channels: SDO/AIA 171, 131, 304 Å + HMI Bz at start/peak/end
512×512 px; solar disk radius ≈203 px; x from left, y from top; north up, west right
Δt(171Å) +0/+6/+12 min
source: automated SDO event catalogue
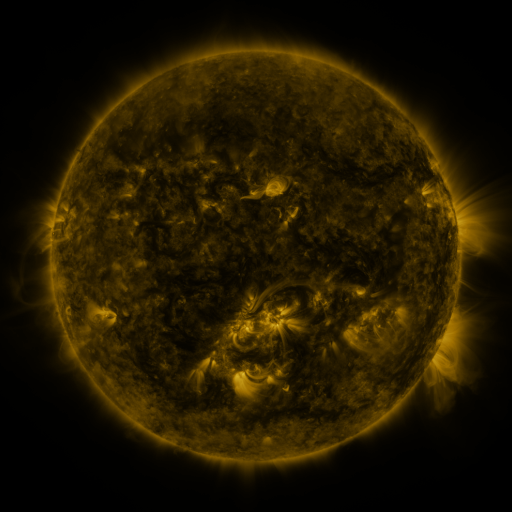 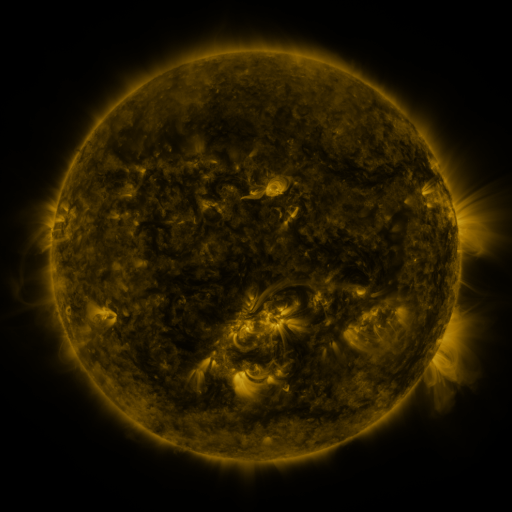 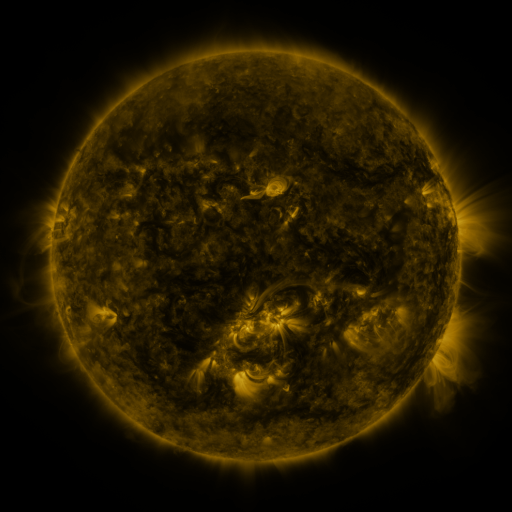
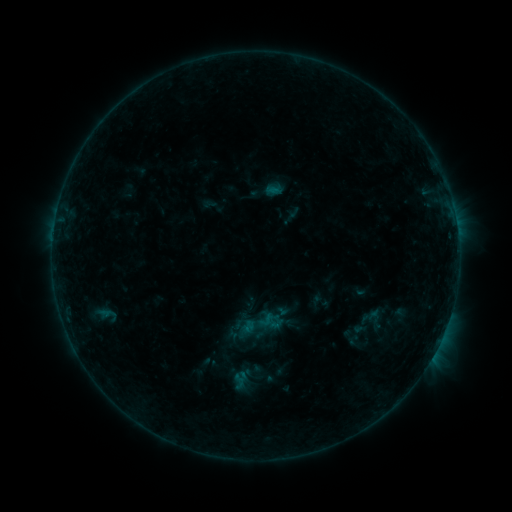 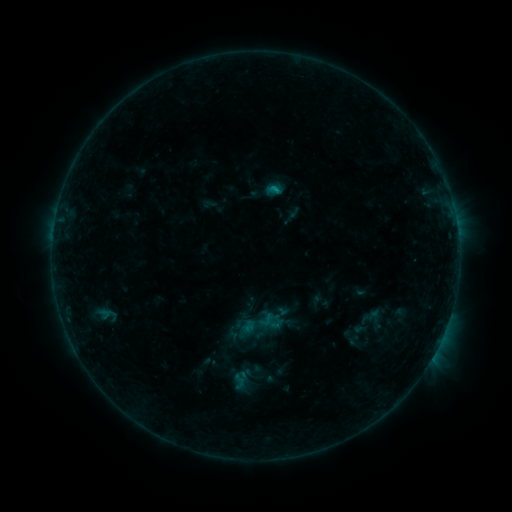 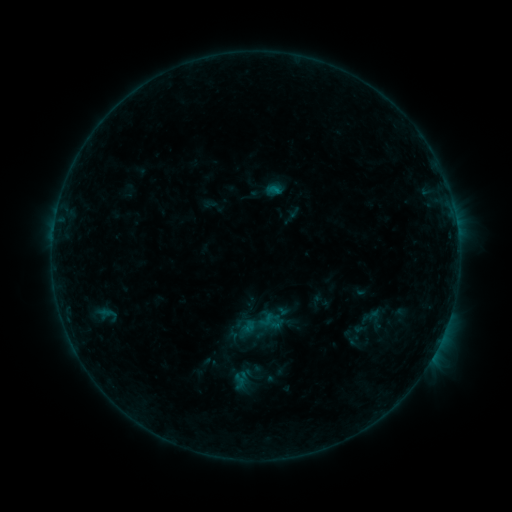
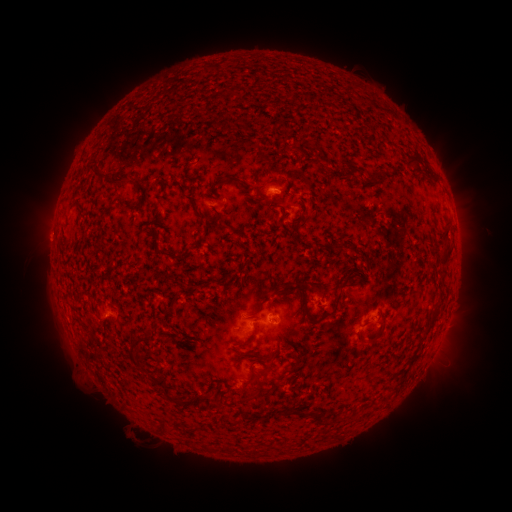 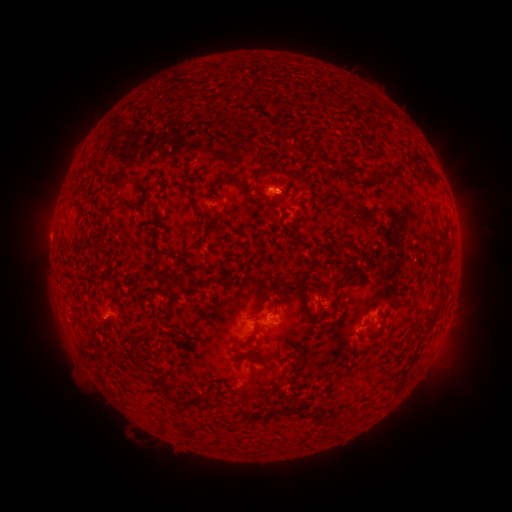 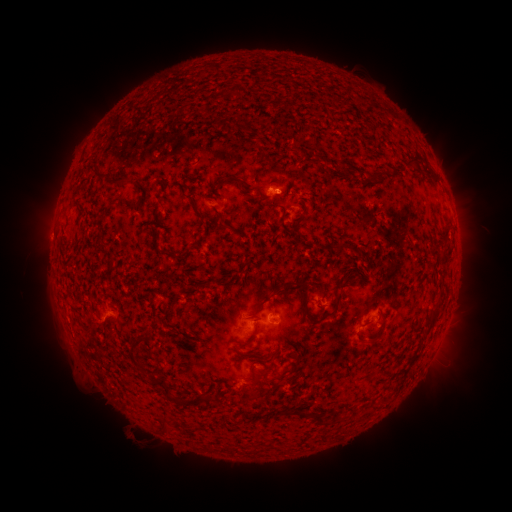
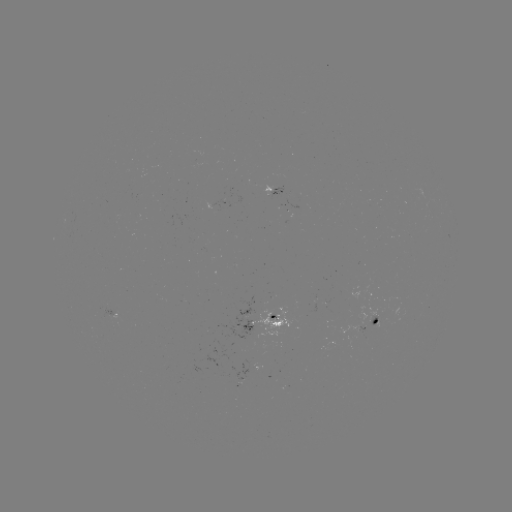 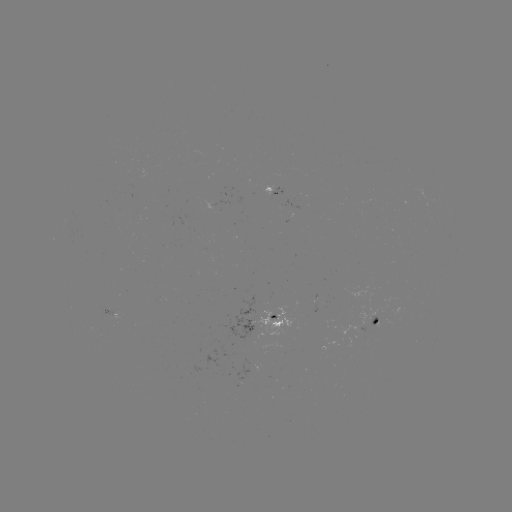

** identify B4.0 flare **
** [272, 191] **